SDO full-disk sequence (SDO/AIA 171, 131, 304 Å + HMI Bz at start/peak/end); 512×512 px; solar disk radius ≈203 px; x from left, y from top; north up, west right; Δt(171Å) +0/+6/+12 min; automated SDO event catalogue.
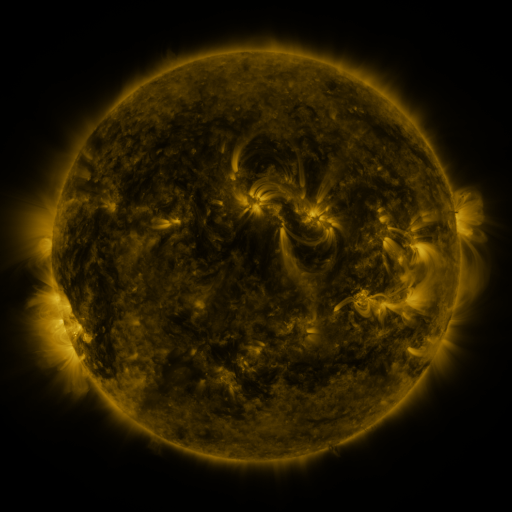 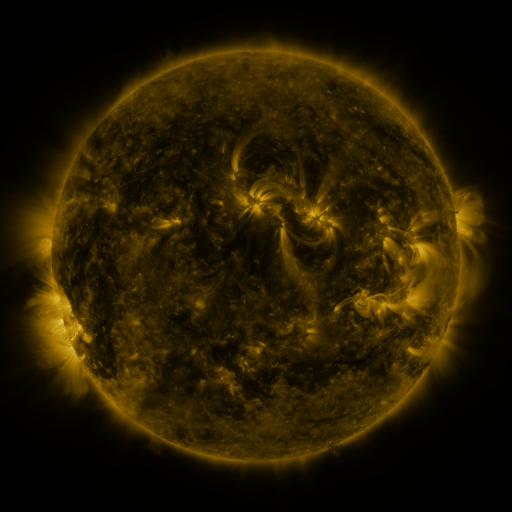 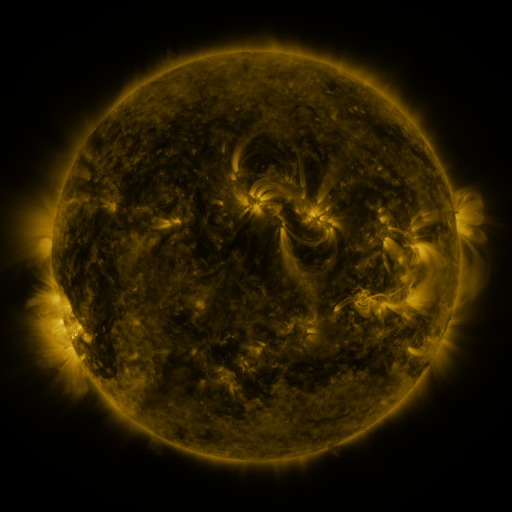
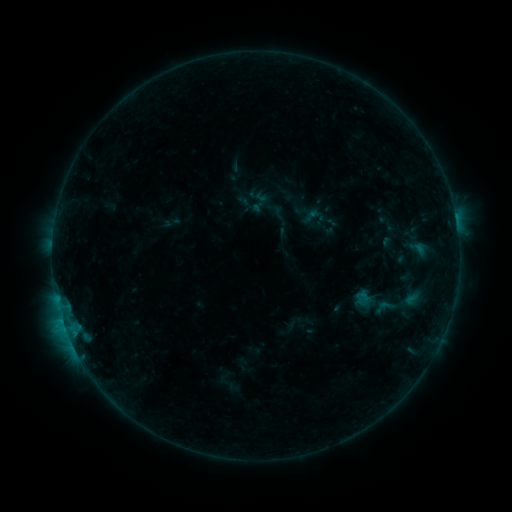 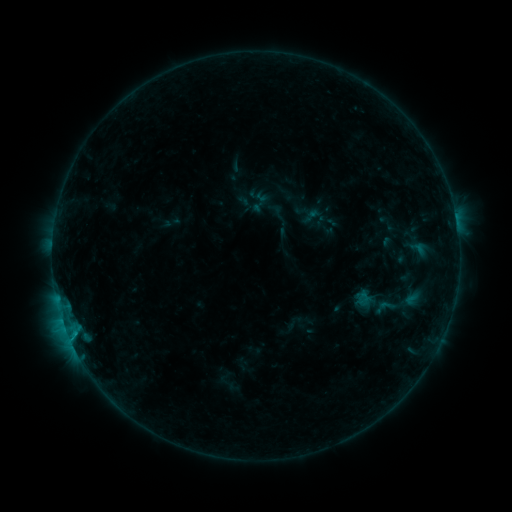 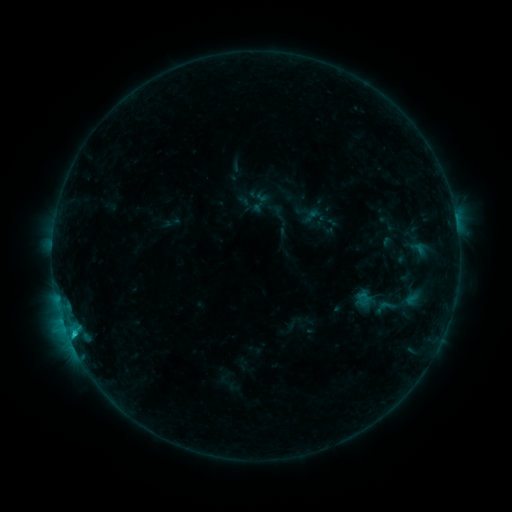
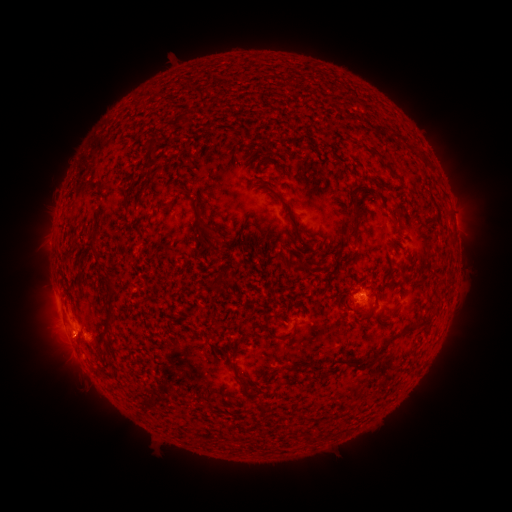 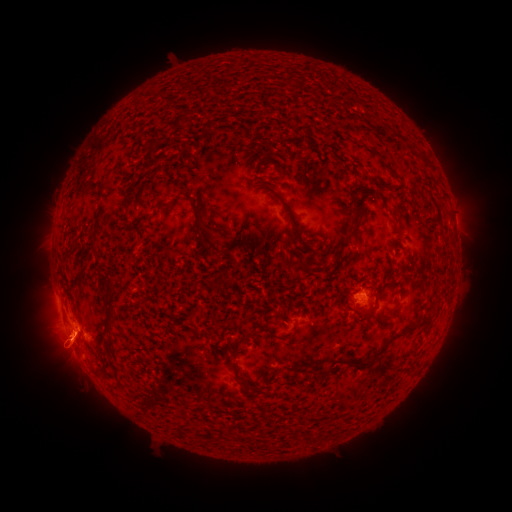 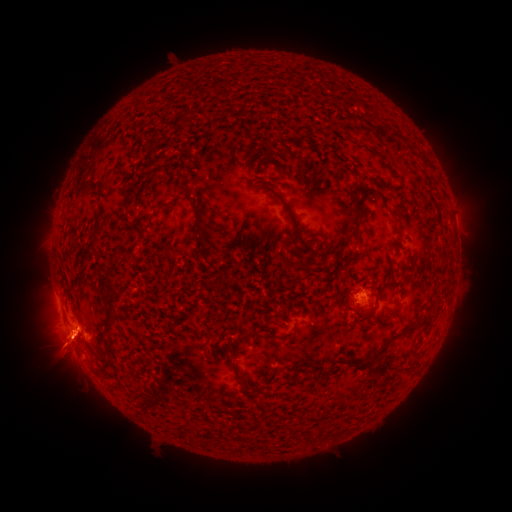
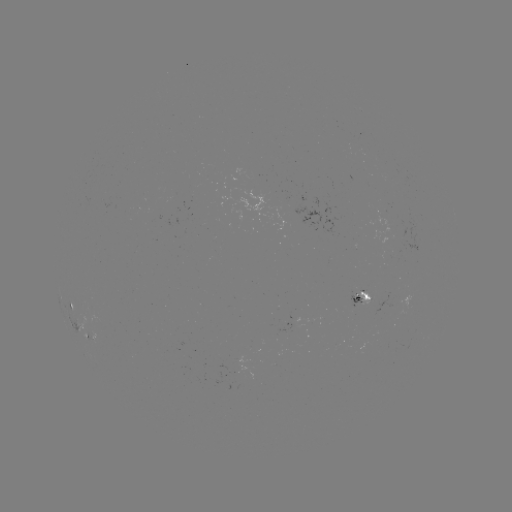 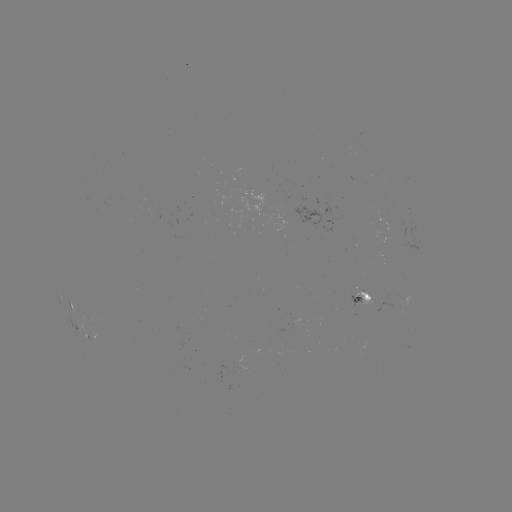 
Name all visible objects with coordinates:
eruption: (69, 401)
